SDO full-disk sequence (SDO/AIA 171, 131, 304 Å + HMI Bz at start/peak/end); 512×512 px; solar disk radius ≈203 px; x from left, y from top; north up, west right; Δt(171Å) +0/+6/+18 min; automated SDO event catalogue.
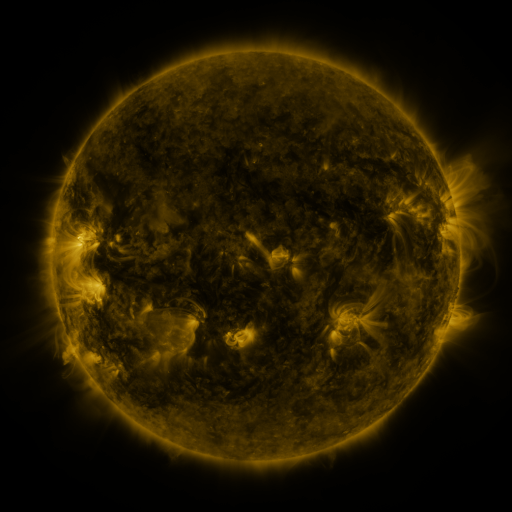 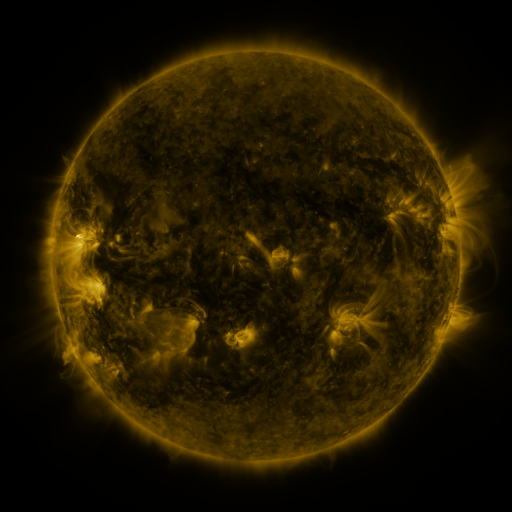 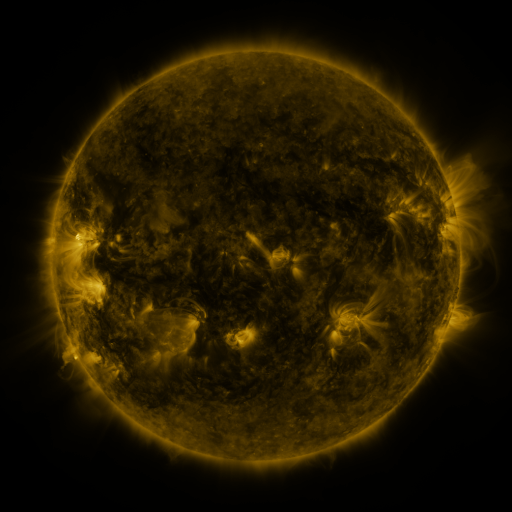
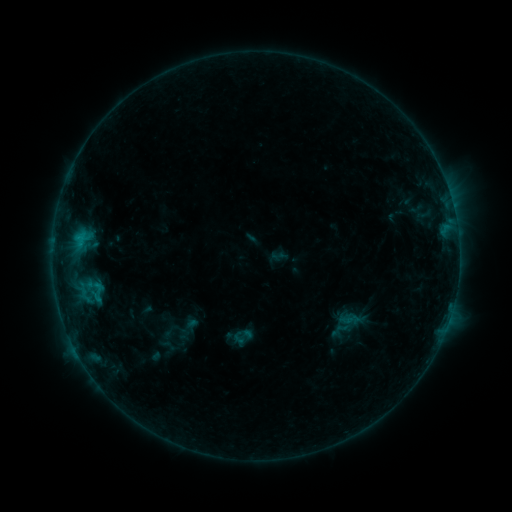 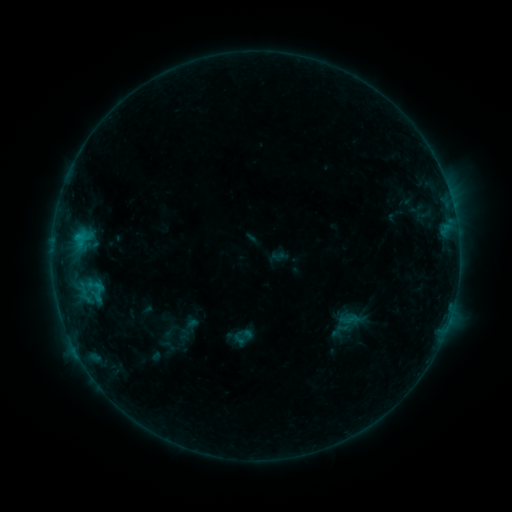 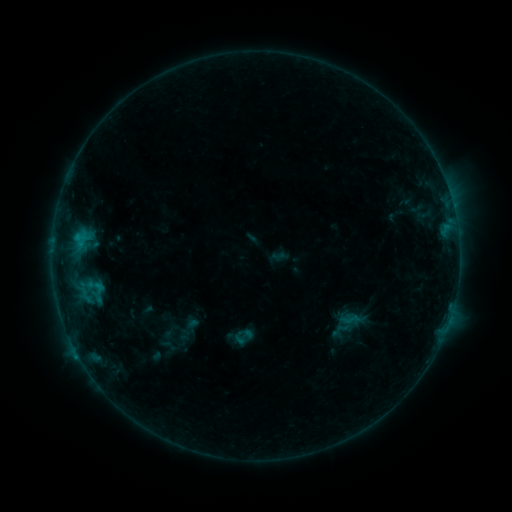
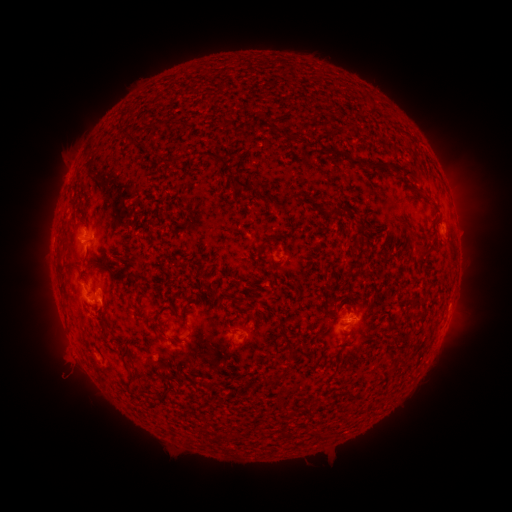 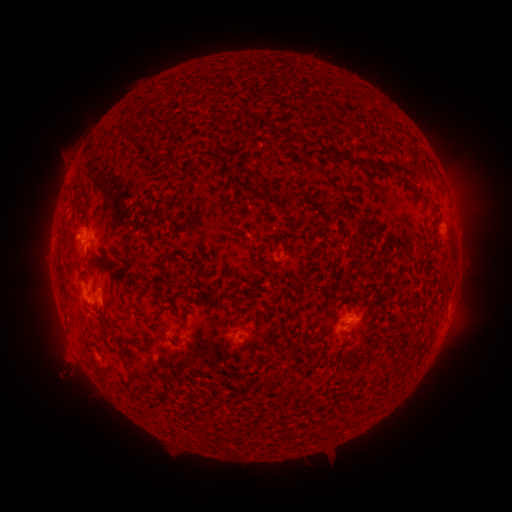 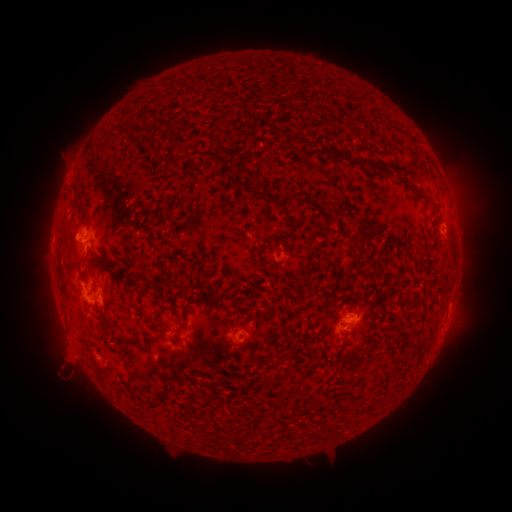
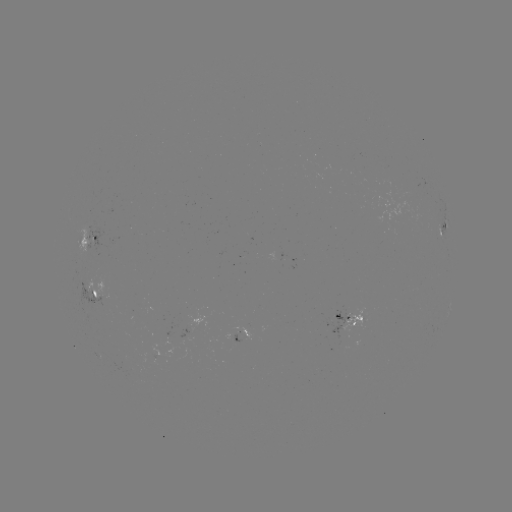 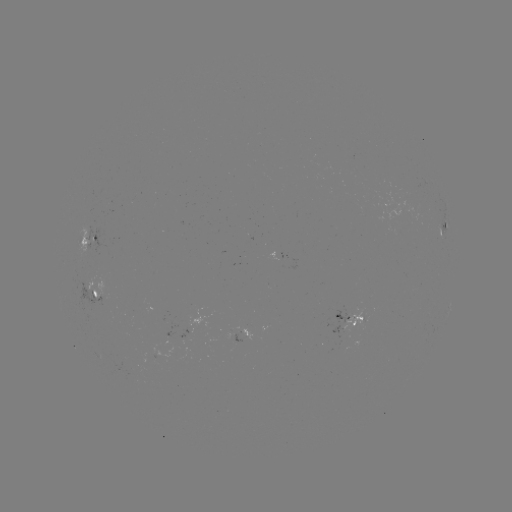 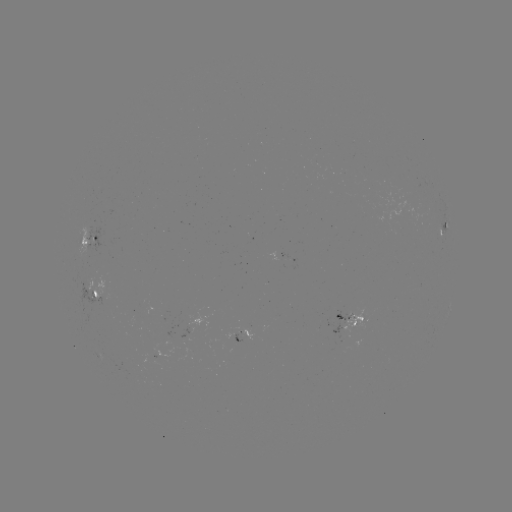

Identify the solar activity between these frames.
nothing was catalogued: no classed flare, no EUV trigger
